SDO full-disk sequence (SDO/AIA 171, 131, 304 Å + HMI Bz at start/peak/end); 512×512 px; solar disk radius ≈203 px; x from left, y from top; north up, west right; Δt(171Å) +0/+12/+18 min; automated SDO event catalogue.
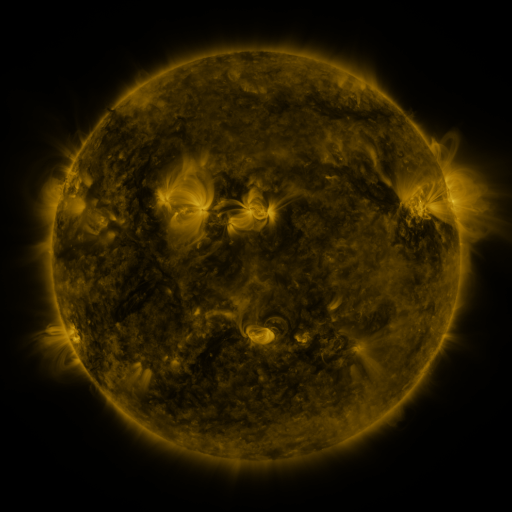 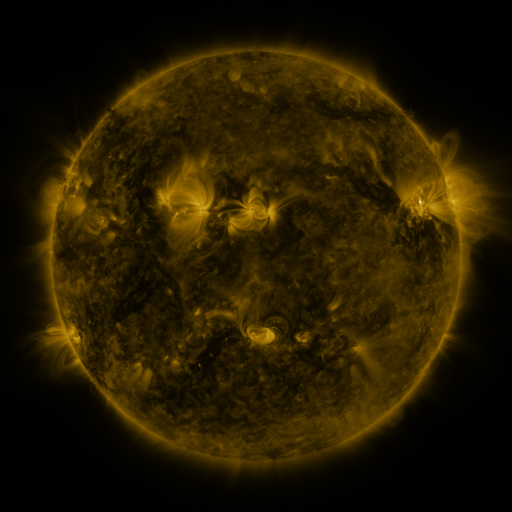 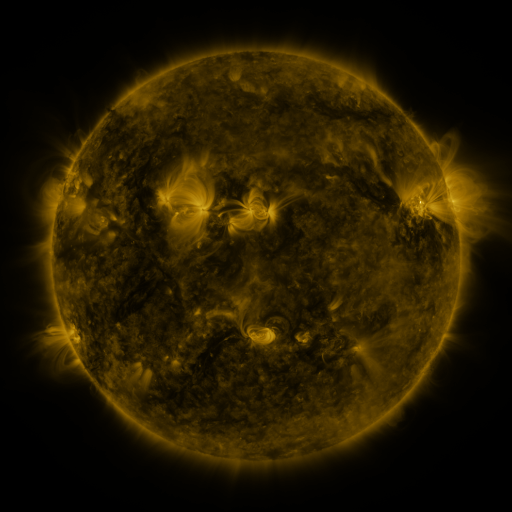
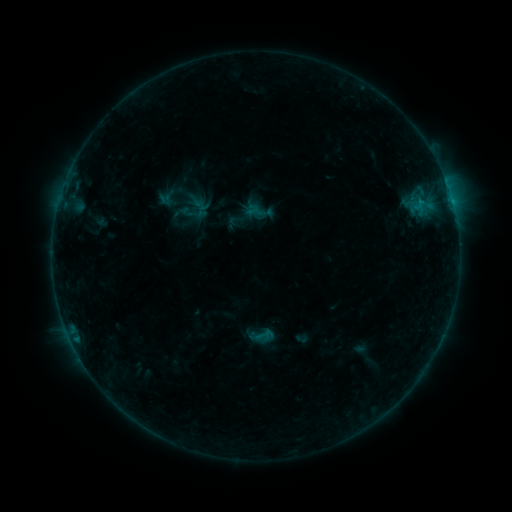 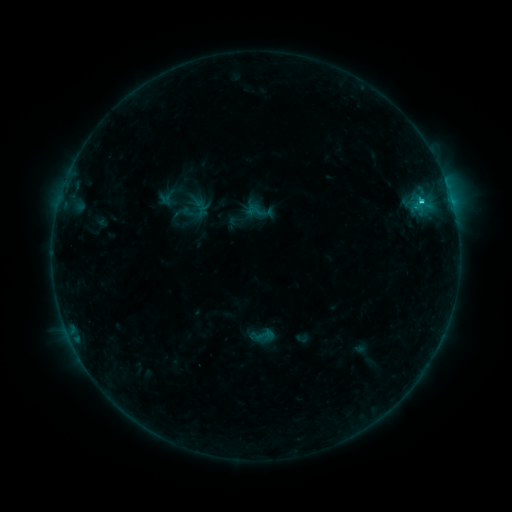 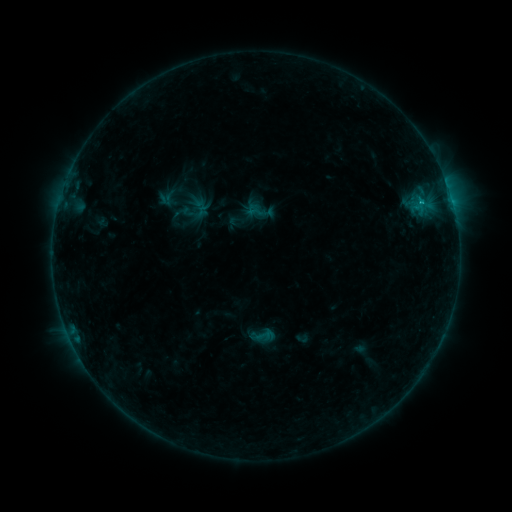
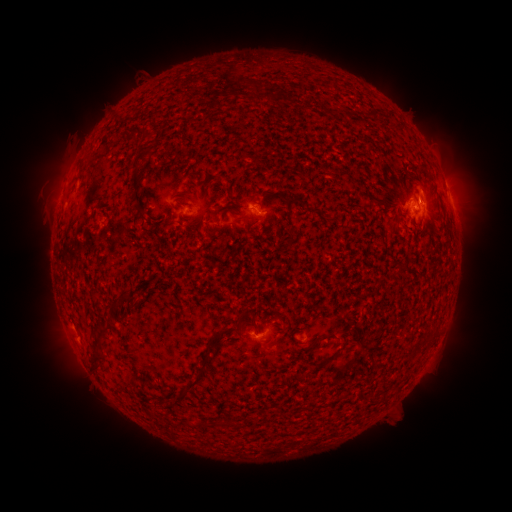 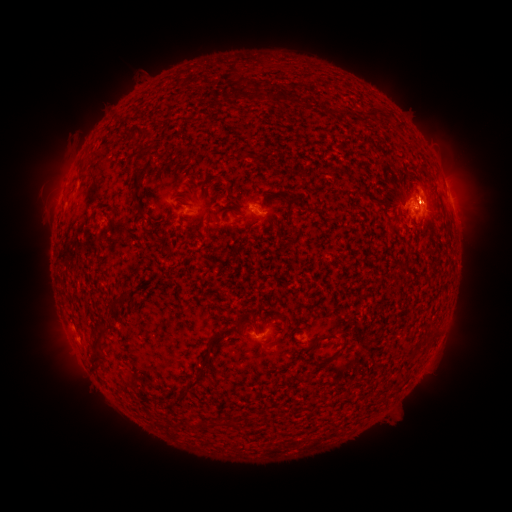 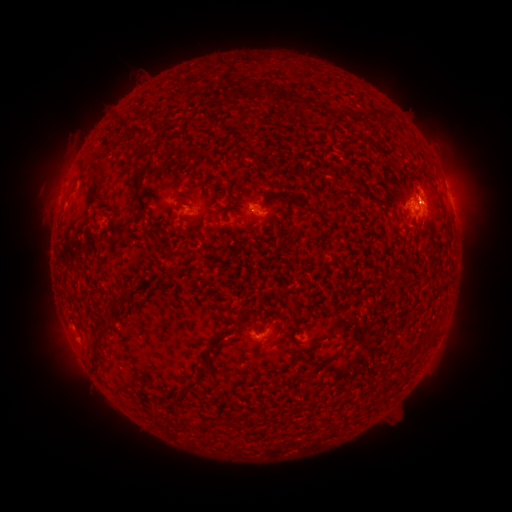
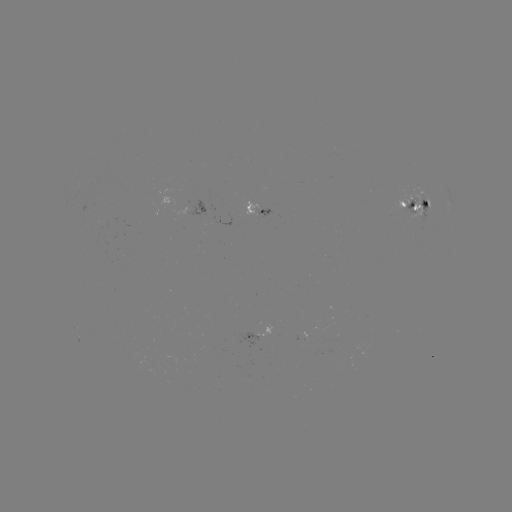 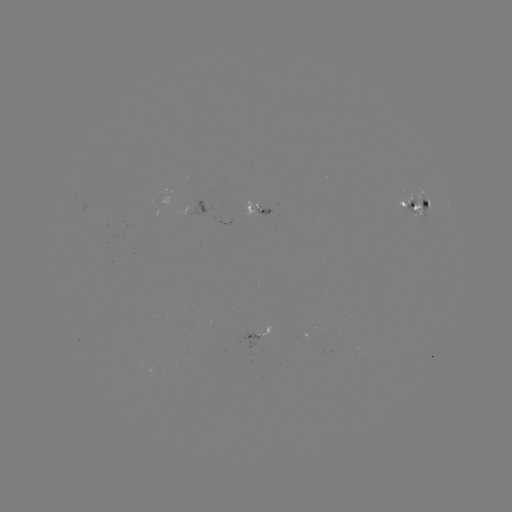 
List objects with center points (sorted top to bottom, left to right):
C1.3 flare: (420, 204)
